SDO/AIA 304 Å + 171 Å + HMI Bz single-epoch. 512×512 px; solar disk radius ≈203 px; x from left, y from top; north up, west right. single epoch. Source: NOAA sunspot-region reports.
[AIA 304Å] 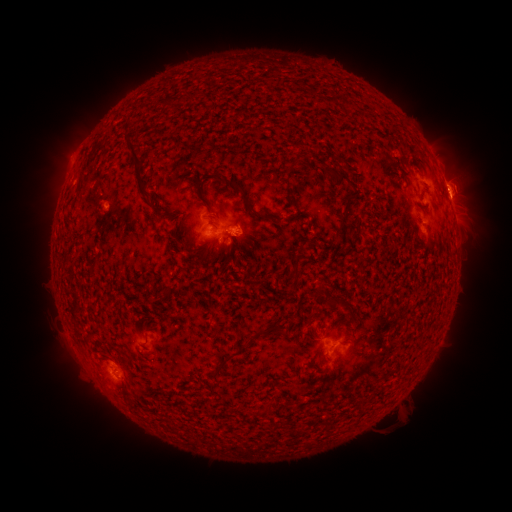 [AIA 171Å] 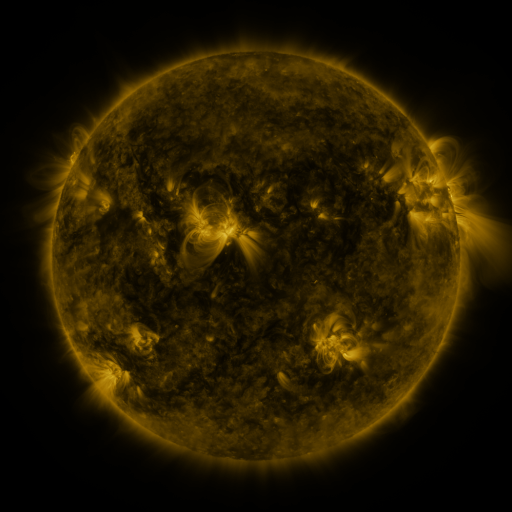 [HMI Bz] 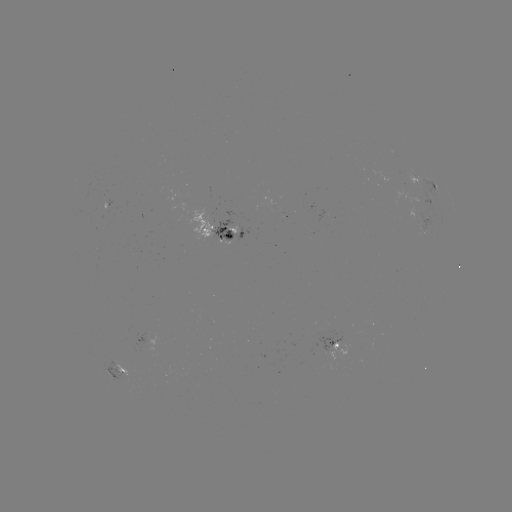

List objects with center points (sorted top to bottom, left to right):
spotted active region: (425, 183)
spotted active region: (440, 193)
spotted active region: (432, 203)
spotted active region: (454, 210)
spotted active region: (218, 235)
spotted active region: (334, 344)
spotted active region: (121, 376)
